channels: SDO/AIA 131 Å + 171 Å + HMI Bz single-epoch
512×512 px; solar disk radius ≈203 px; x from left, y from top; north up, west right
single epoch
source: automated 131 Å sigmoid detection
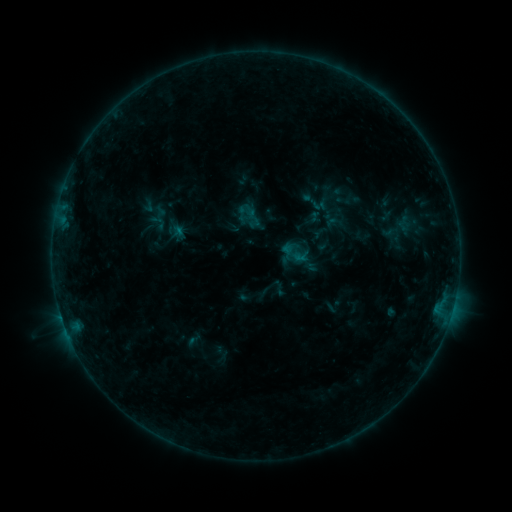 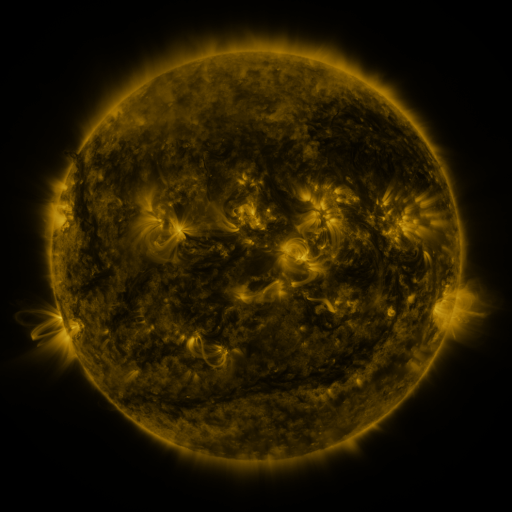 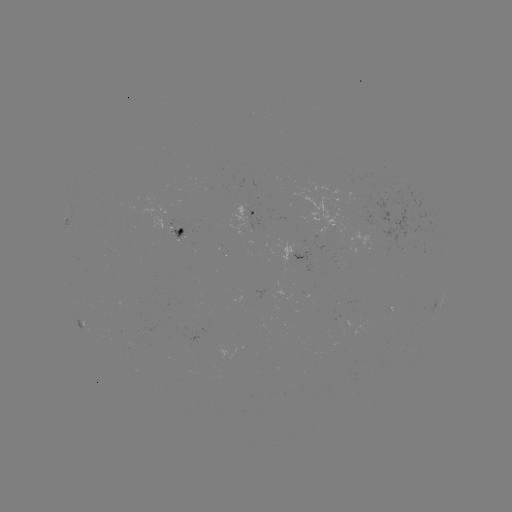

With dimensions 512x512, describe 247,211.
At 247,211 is sigmoid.